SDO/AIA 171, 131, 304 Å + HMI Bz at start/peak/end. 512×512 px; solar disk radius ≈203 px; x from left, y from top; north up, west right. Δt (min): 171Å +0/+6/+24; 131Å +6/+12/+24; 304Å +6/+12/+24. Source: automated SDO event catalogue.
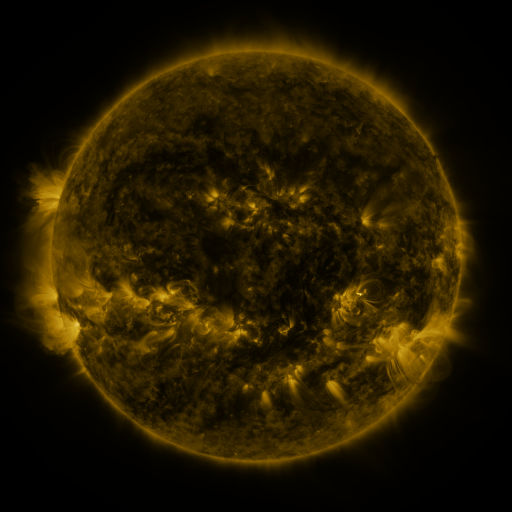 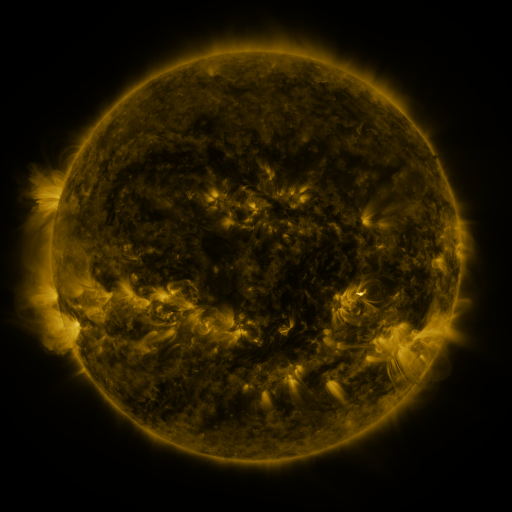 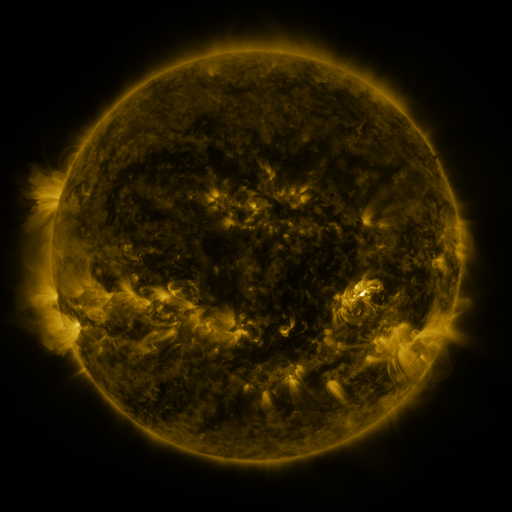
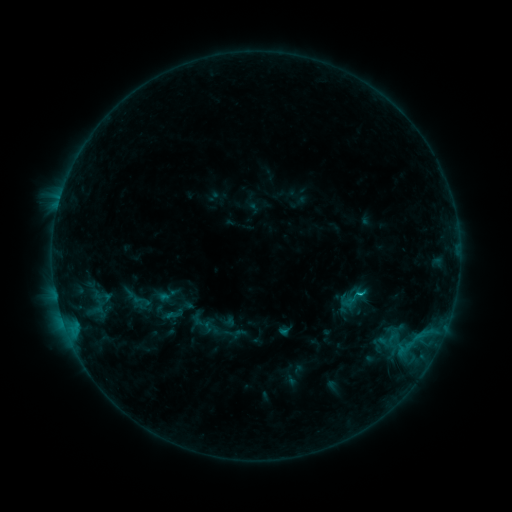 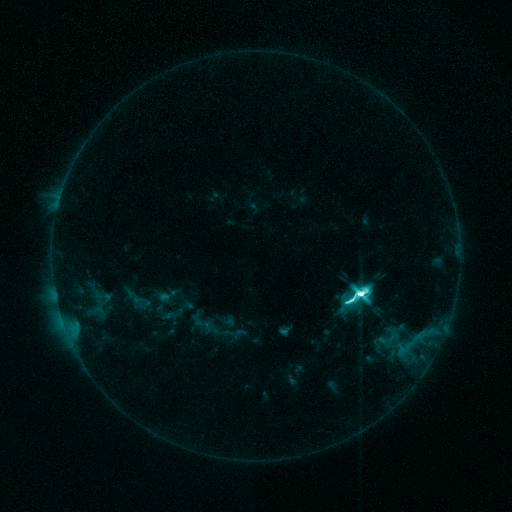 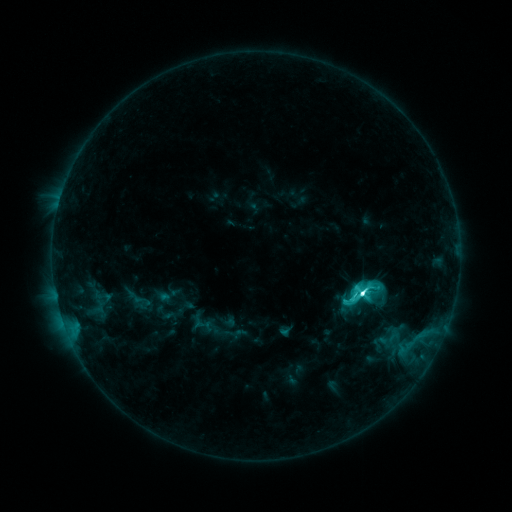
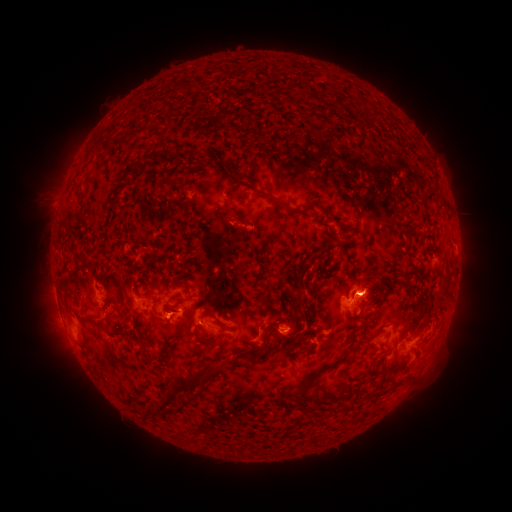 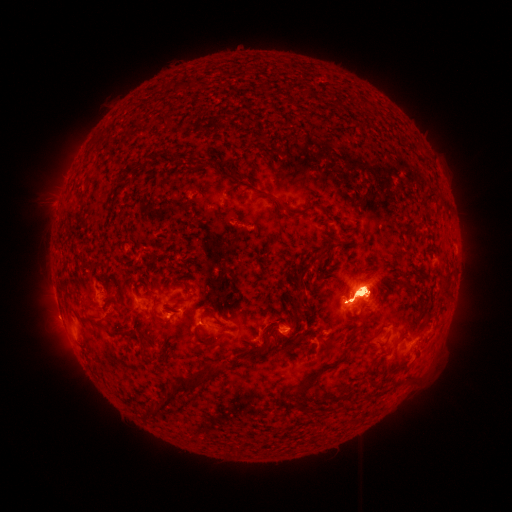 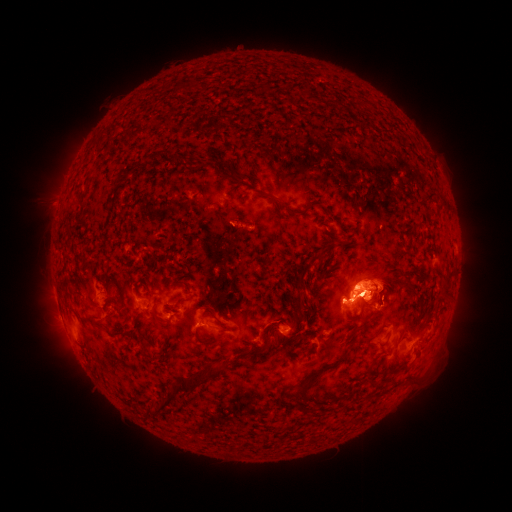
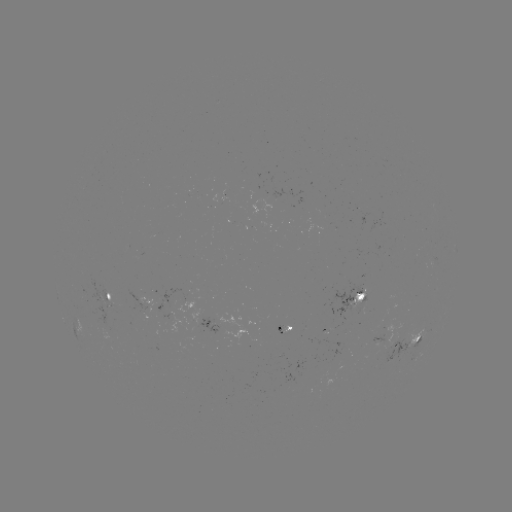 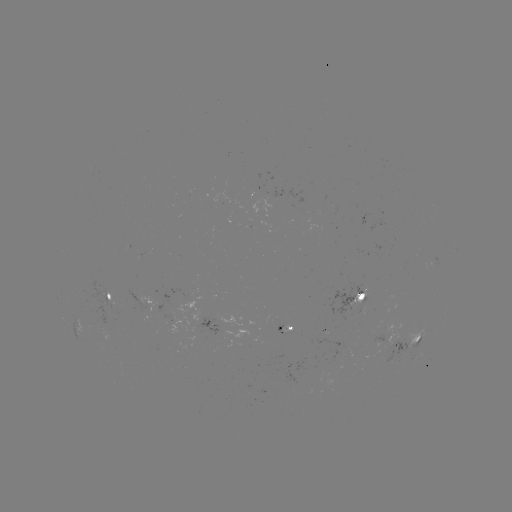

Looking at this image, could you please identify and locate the M3.3 flare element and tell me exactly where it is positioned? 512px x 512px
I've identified M3.3 flare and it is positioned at (357, 290).